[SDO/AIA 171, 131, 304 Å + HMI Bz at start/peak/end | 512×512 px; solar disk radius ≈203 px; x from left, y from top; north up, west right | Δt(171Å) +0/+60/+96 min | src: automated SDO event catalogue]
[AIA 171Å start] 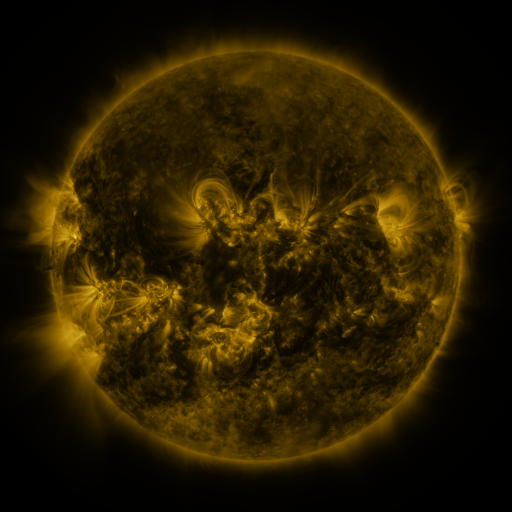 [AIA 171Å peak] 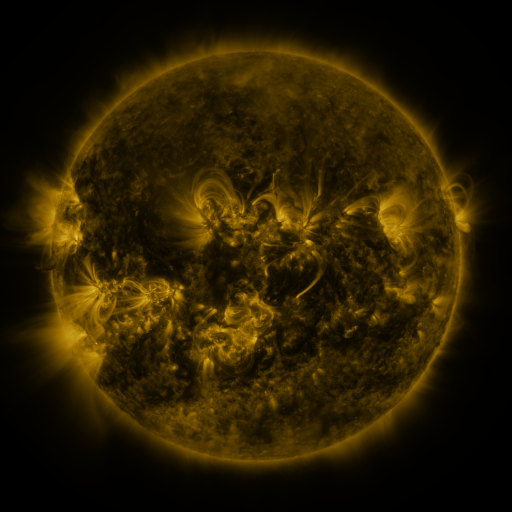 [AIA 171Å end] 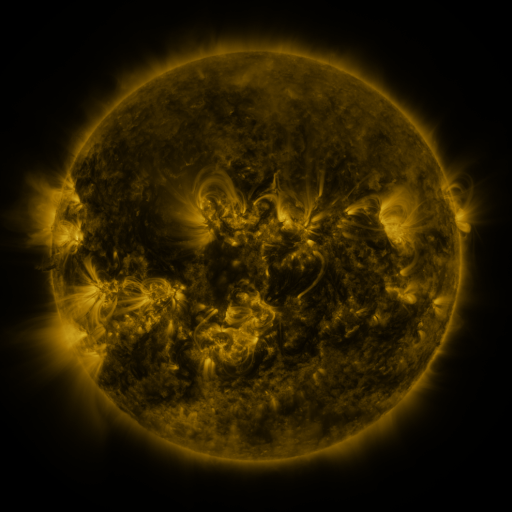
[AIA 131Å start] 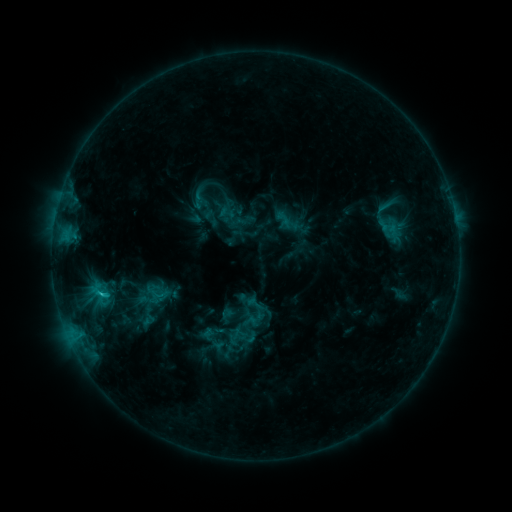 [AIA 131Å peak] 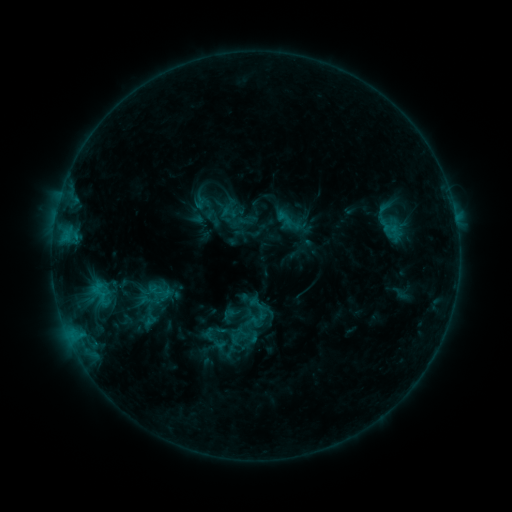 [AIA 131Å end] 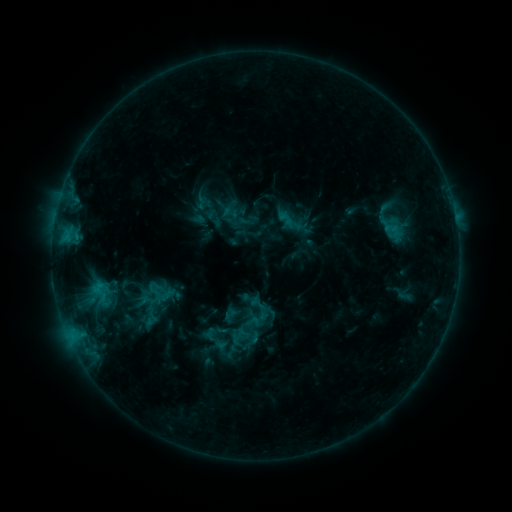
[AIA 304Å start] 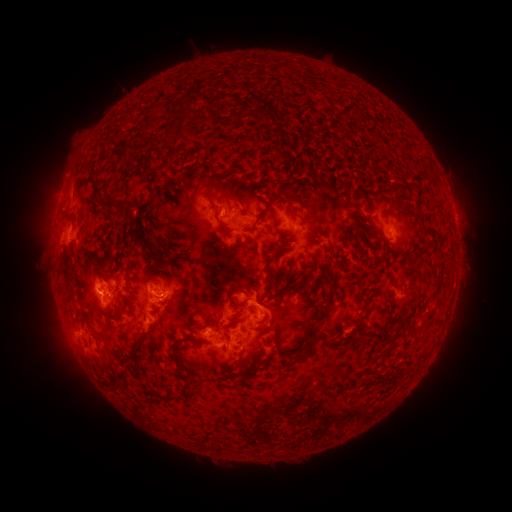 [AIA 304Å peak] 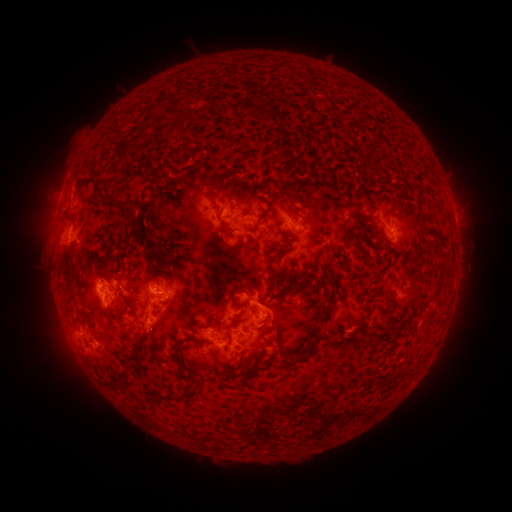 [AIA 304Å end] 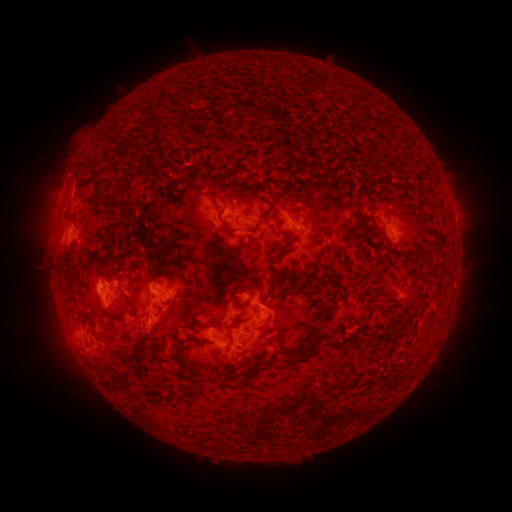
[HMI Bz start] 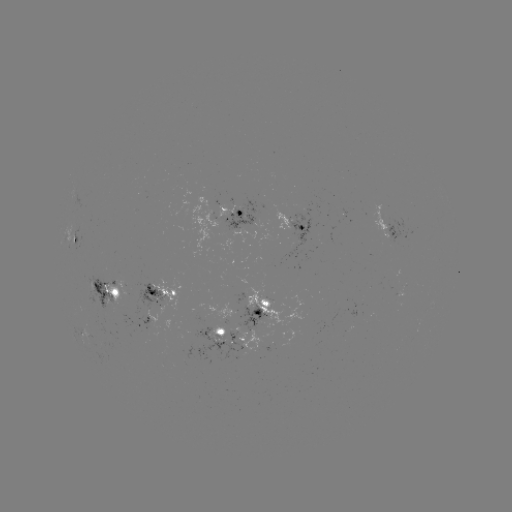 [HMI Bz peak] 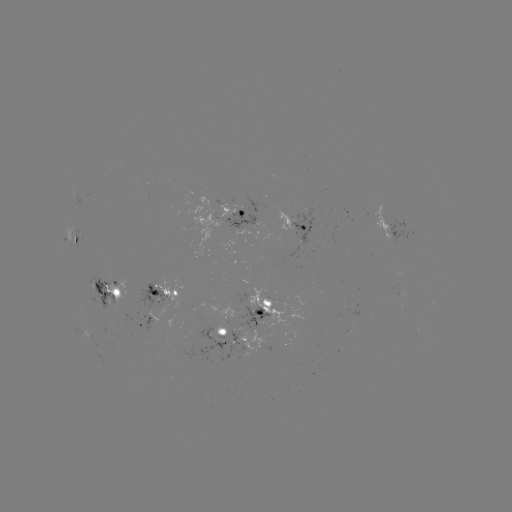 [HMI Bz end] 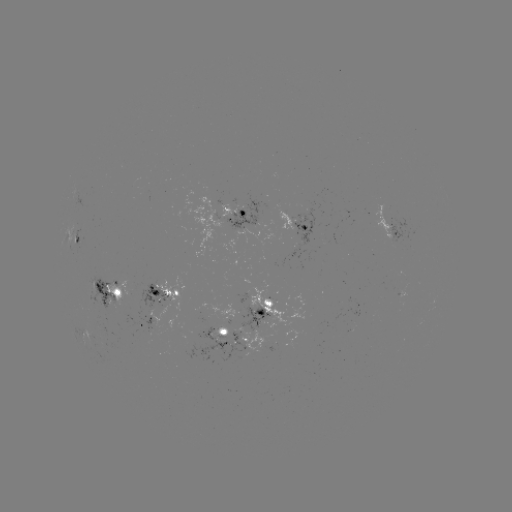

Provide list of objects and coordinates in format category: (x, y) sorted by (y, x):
emerging-flux region: (163, 303)
